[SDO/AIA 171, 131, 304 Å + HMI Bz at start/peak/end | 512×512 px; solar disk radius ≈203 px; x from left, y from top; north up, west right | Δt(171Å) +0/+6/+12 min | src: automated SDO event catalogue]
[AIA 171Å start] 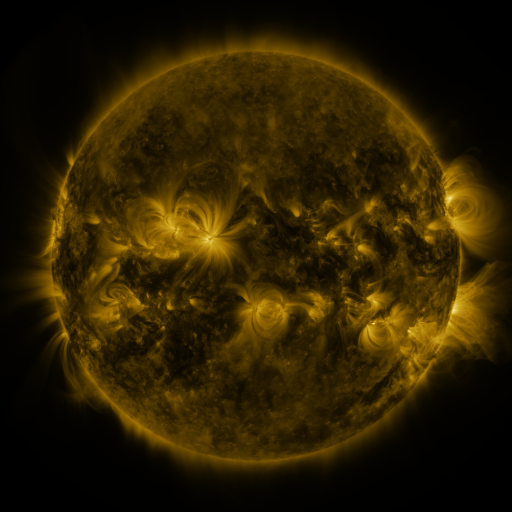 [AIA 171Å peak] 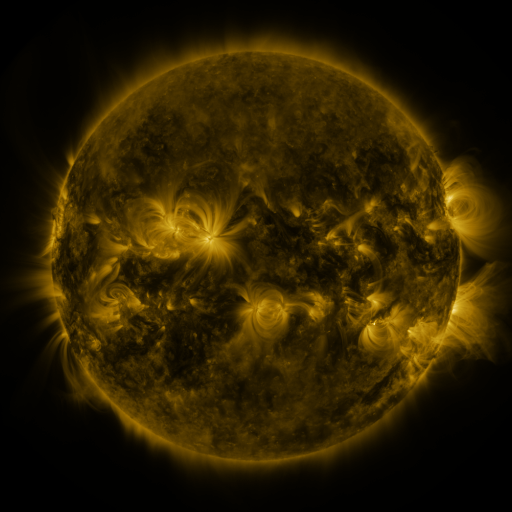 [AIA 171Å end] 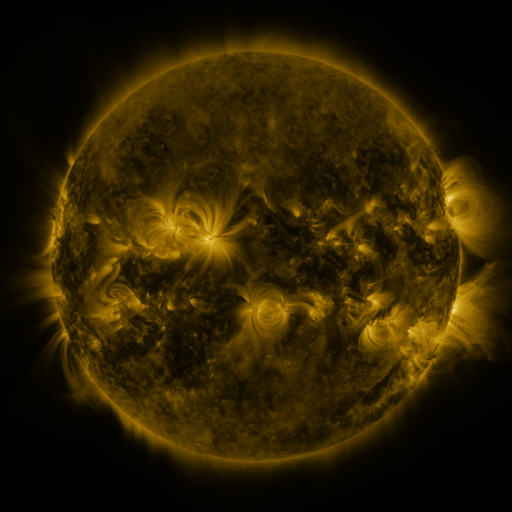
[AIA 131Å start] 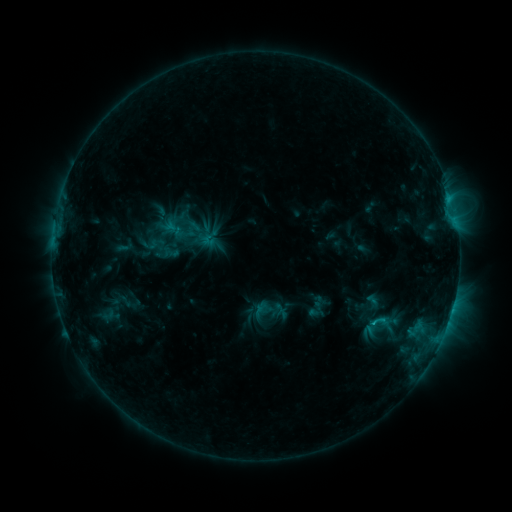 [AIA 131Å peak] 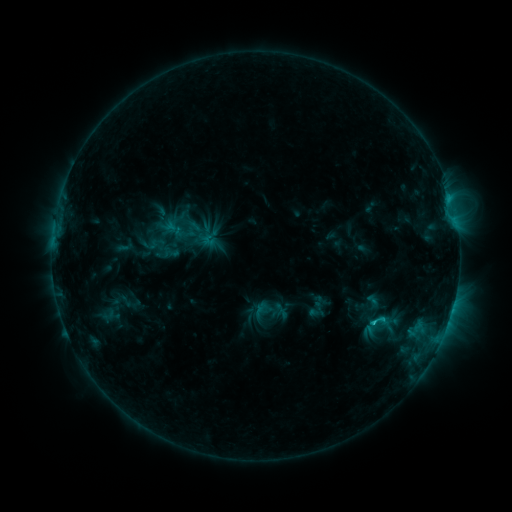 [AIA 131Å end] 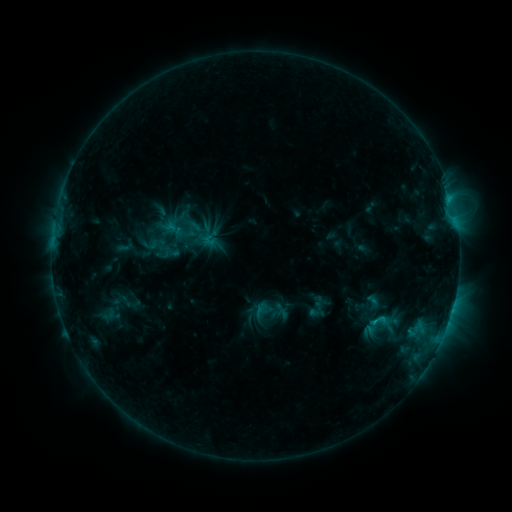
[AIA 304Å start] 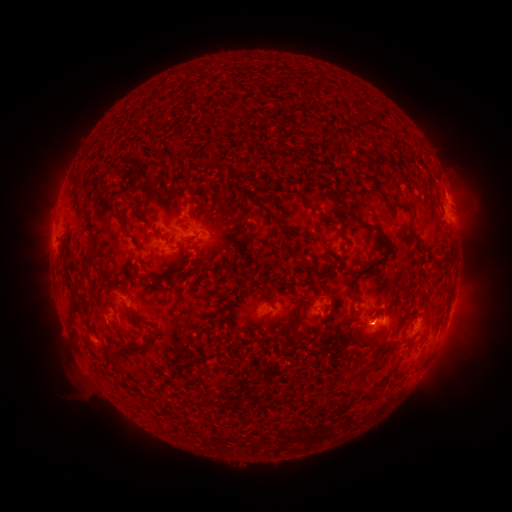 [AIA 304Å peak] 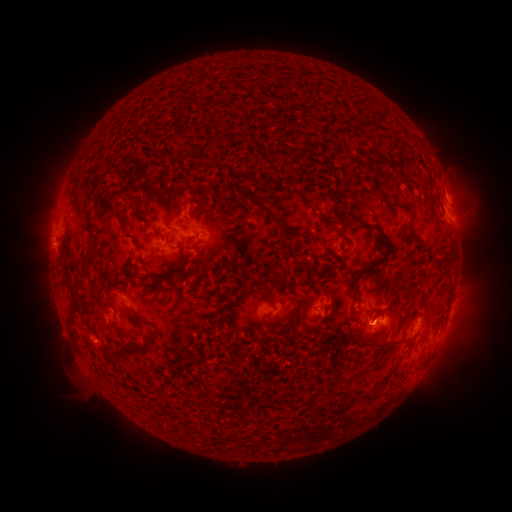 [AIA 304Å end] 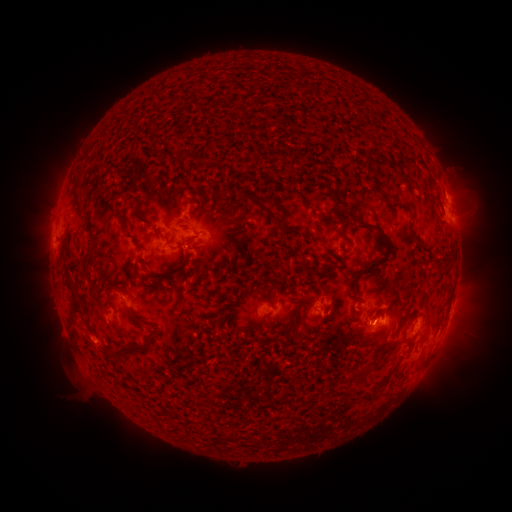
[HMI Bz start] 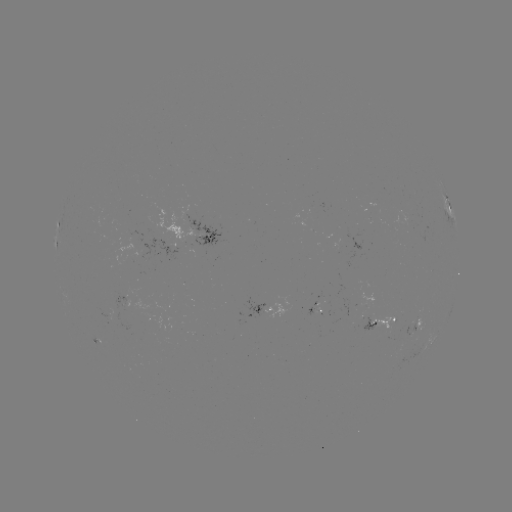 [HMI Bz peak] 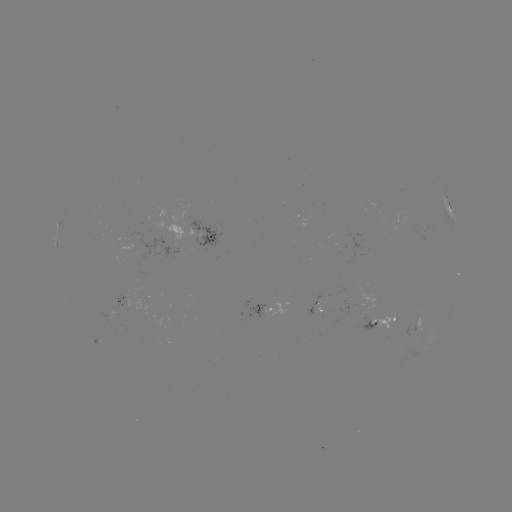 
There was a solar flare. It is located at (372, 321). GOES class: C1.2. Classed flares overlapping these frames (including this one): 1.